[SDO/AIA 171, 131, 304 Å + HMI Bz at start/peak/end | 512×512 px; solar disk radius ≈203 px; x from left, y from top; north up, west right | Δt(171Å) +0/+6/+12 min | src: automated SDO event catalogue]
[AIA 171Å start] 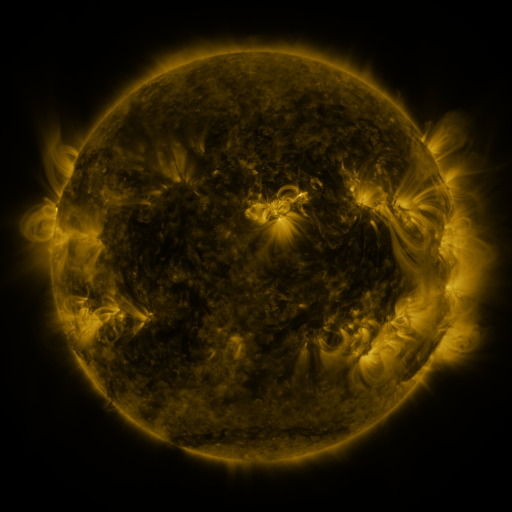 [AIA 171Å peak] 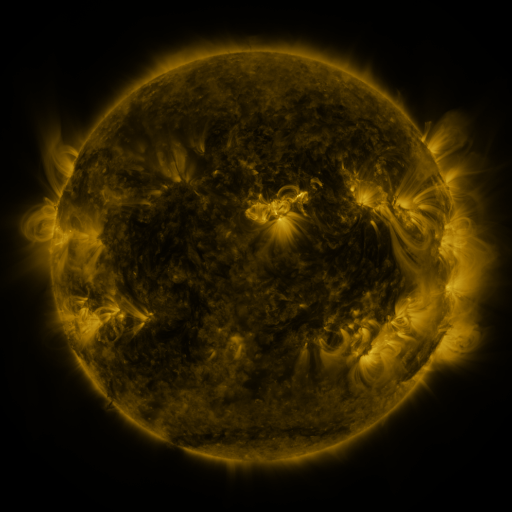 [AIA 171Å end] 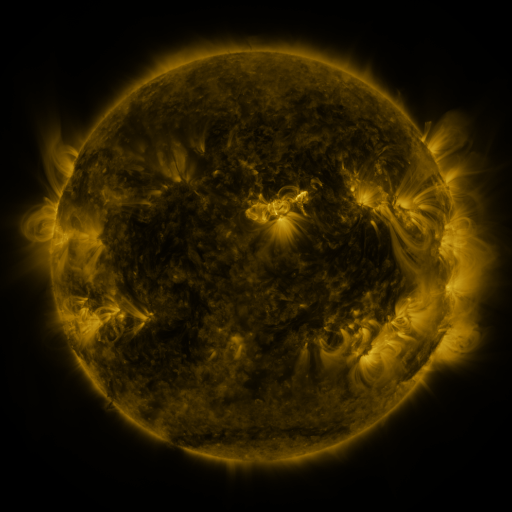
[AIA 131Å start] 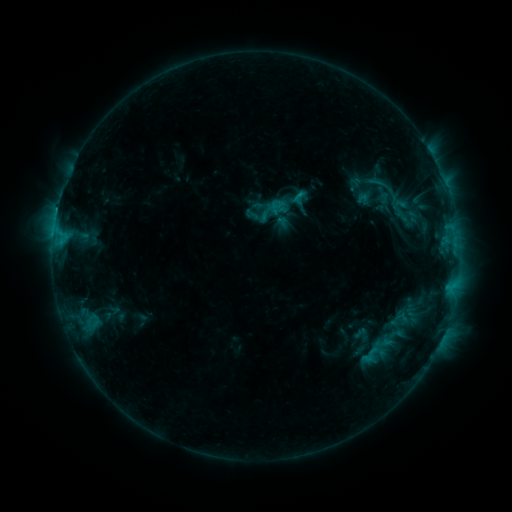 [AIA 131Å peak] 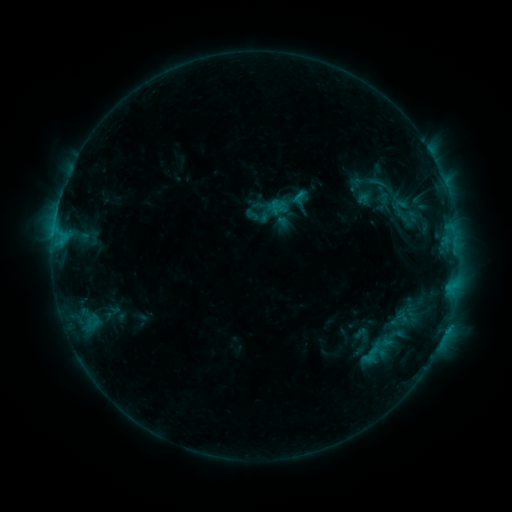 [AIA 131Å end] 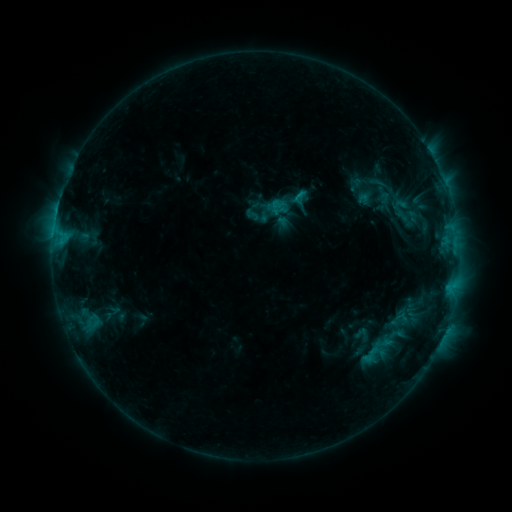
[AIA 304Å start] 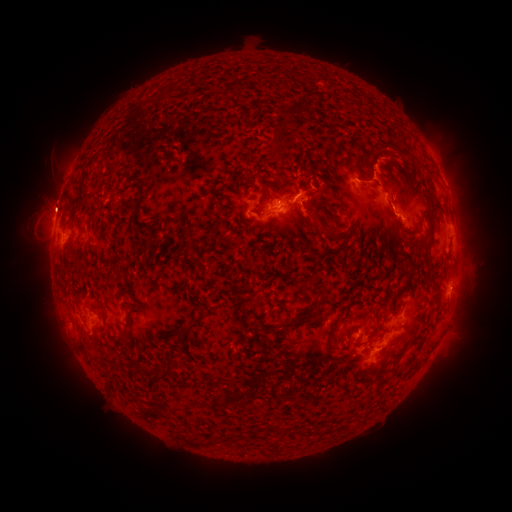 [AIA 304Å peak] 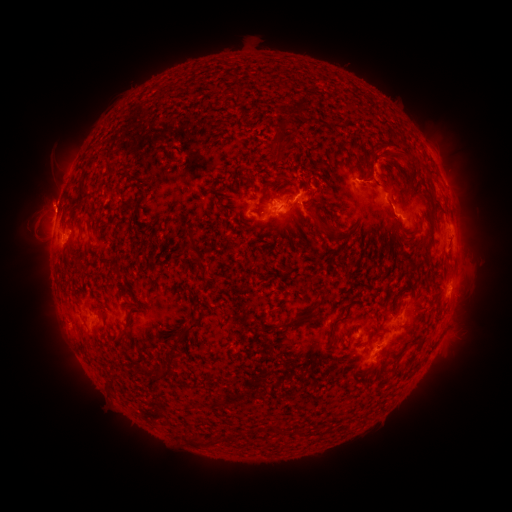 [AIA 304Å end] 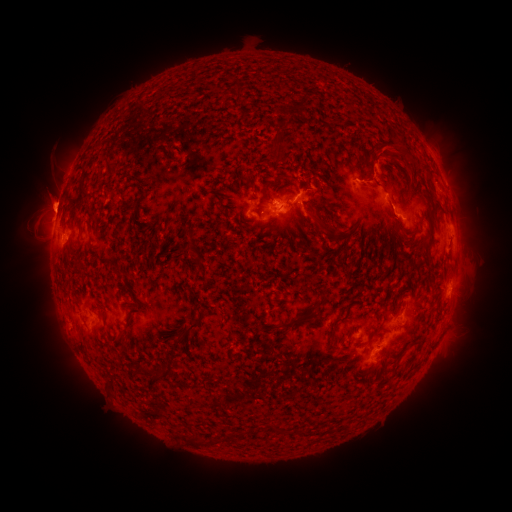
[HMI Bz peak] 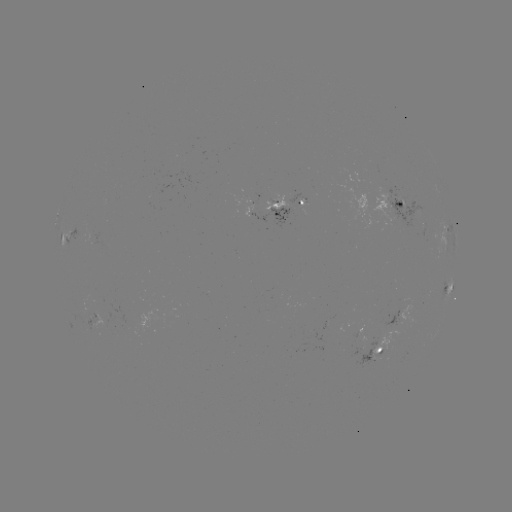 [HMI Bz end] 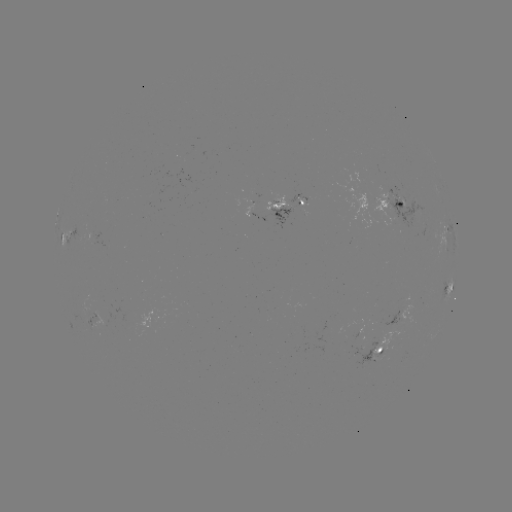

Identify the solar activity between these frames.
eruption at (51, 200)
